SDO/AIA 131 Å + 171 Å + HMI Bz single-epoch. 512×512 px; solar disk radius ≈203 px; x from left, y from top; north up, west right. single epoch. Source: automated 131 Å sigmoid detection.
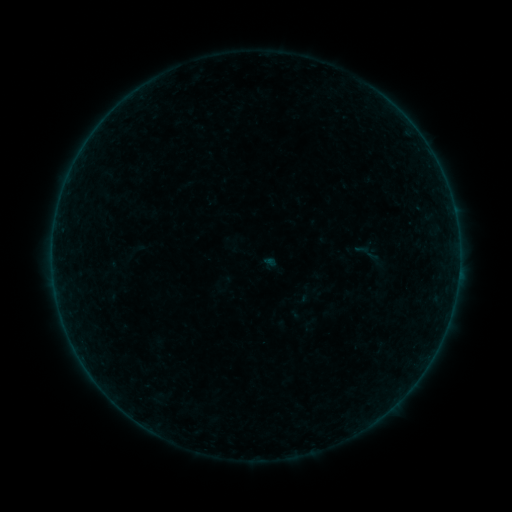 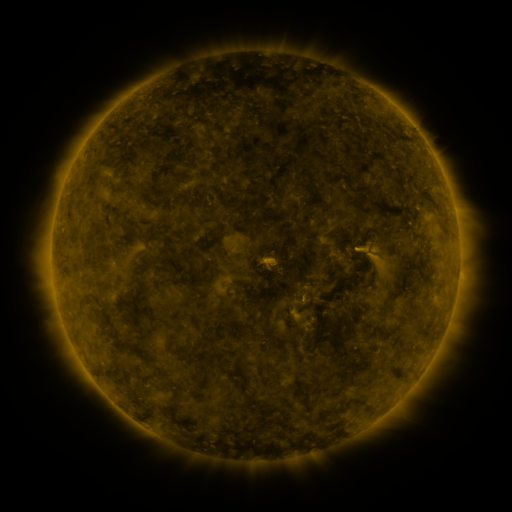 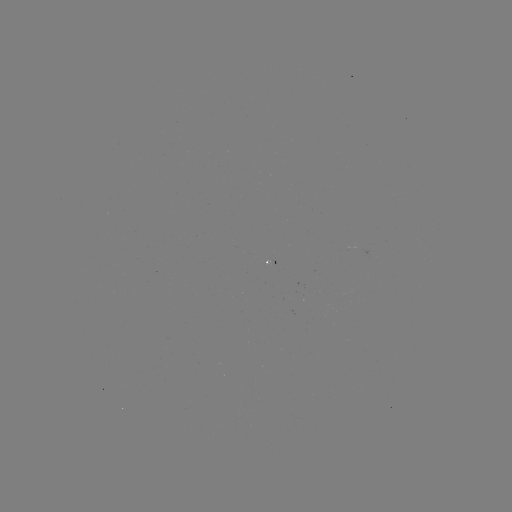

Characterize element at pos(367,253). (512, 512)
sigmoid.